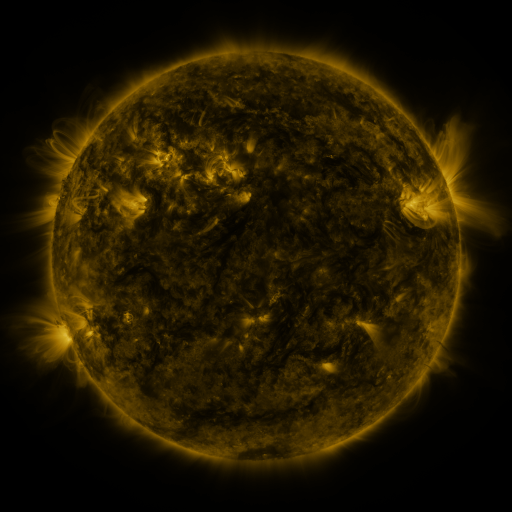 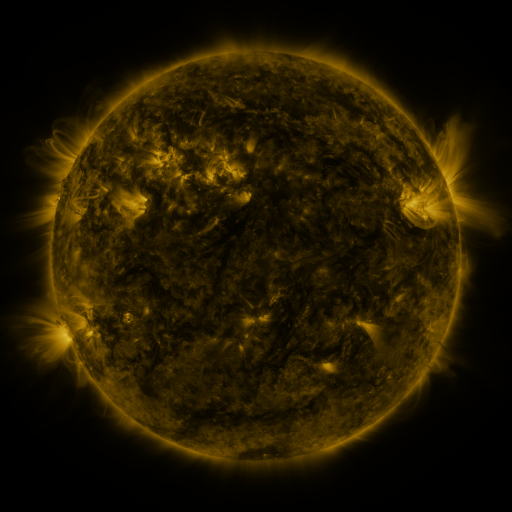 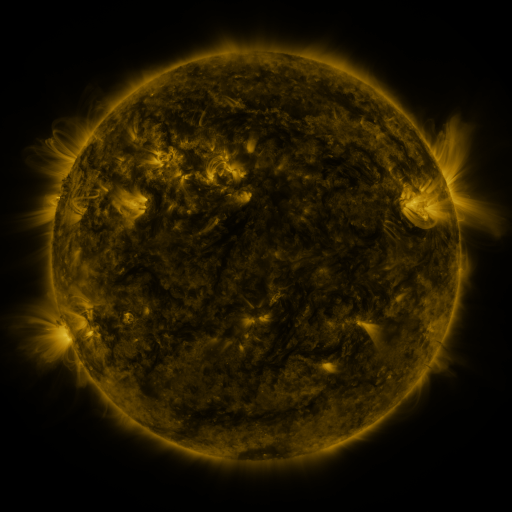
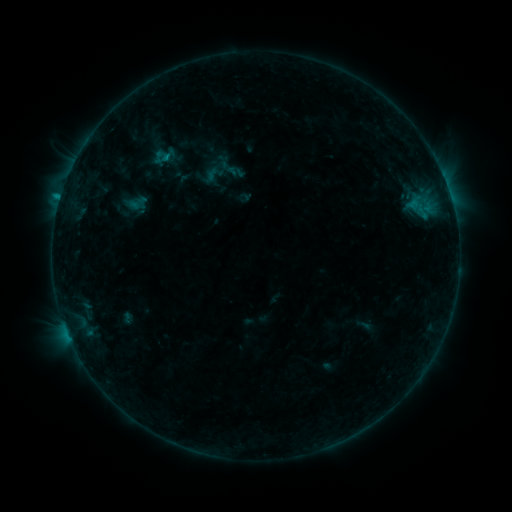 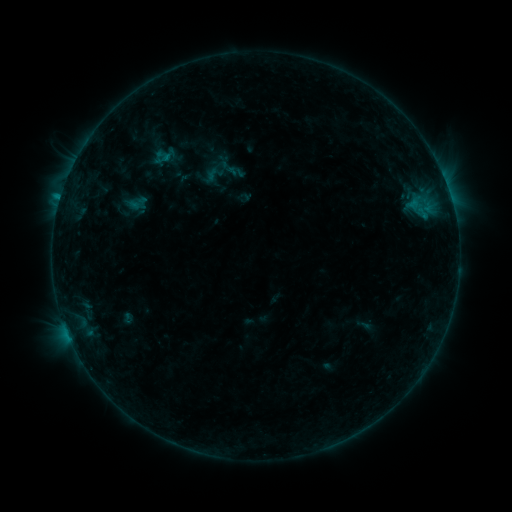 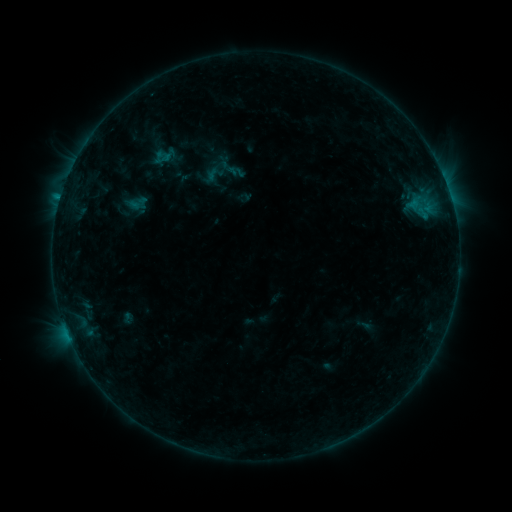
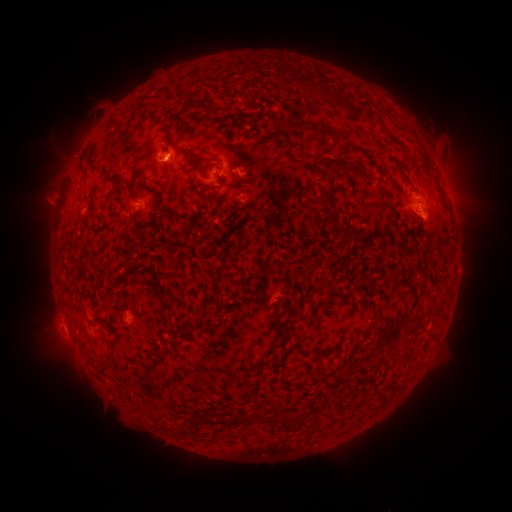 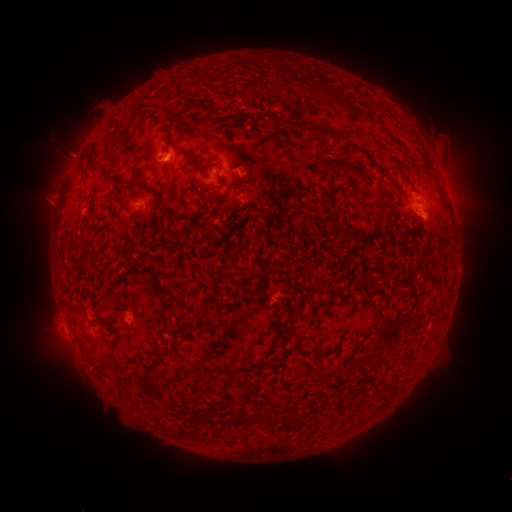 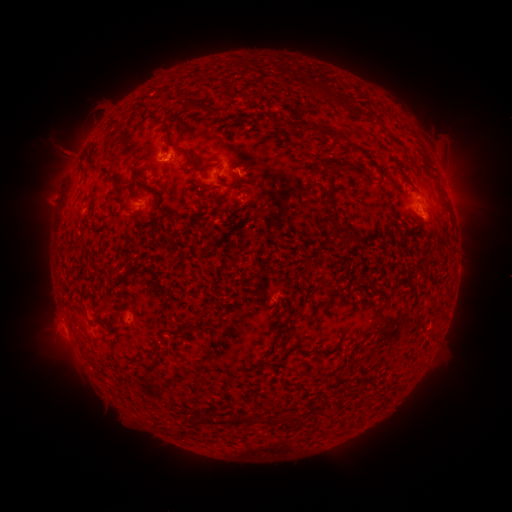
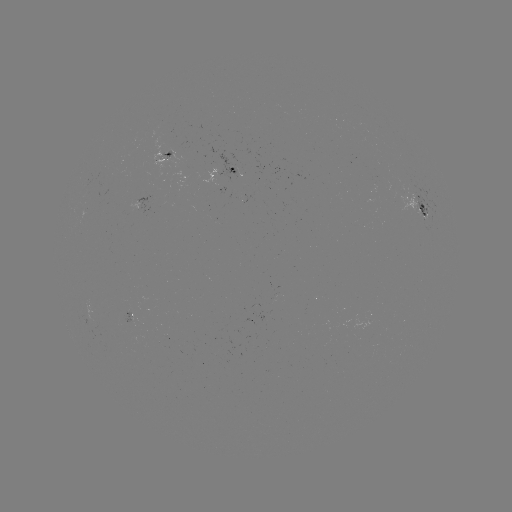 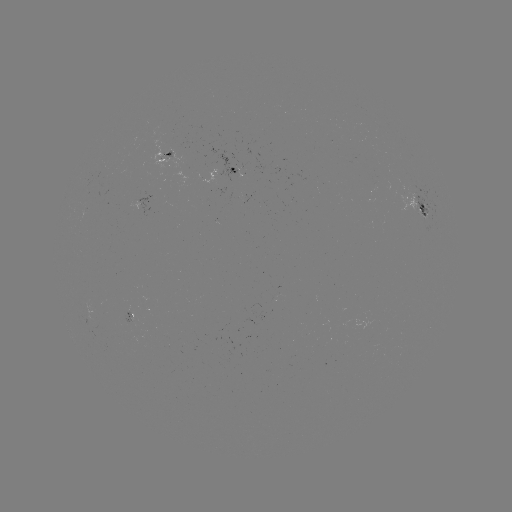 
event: eruption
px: (71, 153)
